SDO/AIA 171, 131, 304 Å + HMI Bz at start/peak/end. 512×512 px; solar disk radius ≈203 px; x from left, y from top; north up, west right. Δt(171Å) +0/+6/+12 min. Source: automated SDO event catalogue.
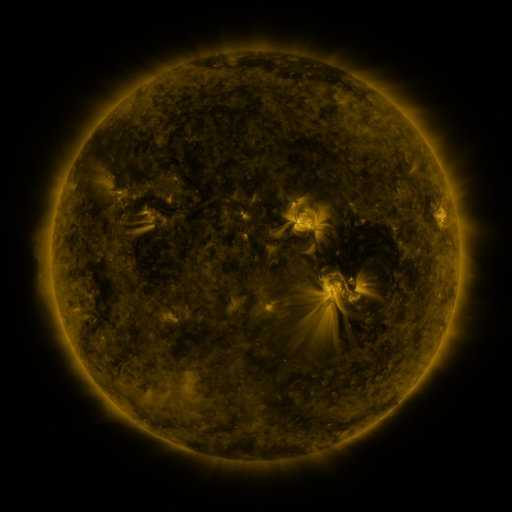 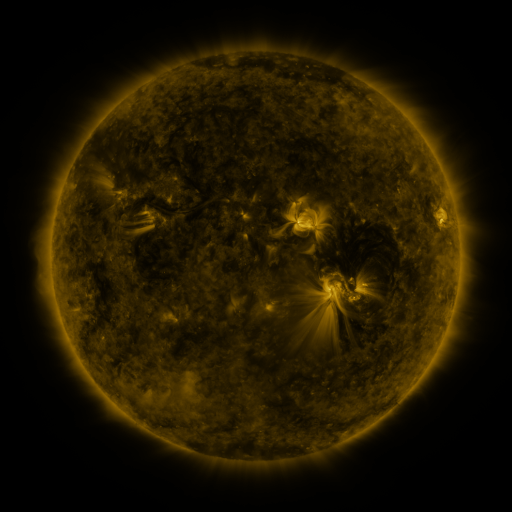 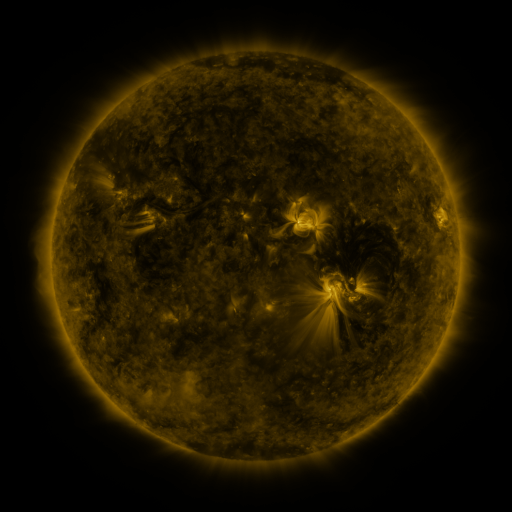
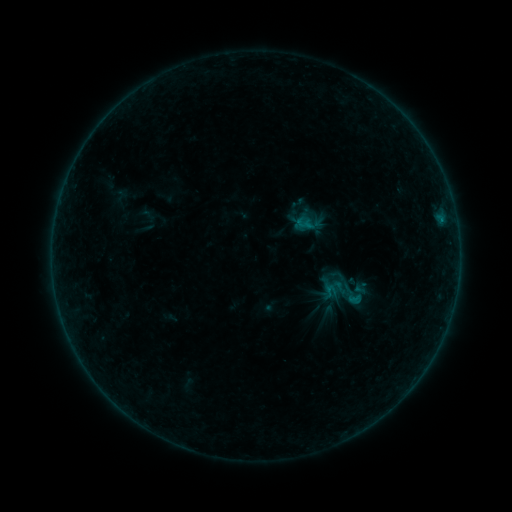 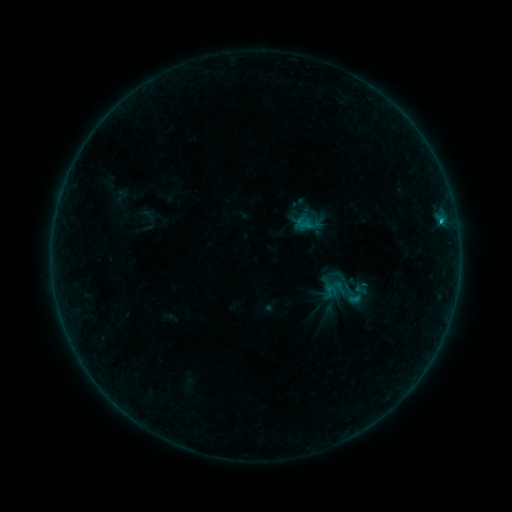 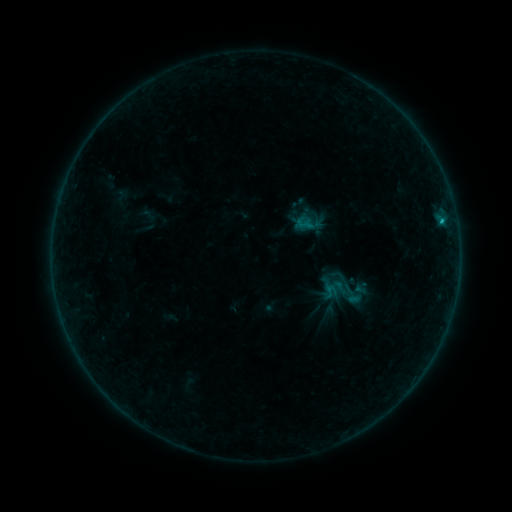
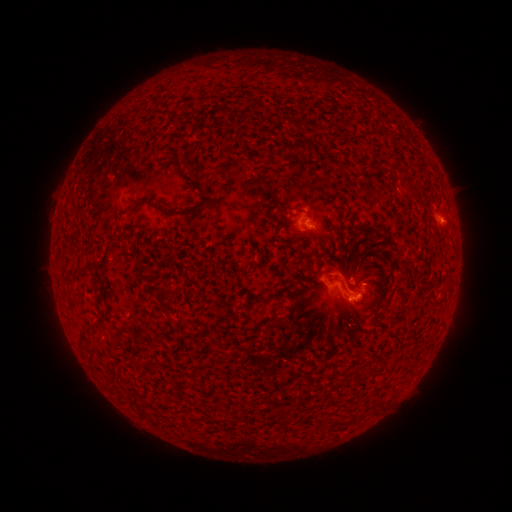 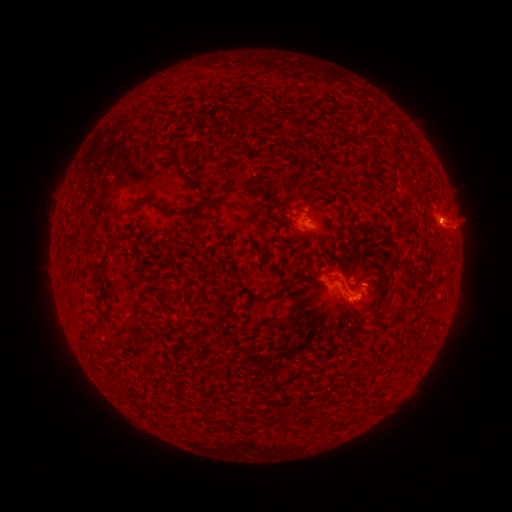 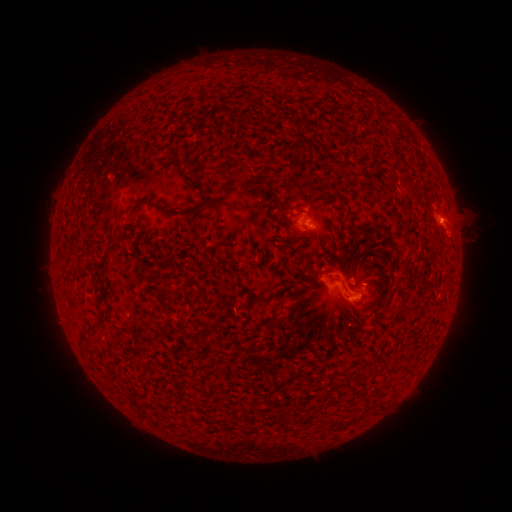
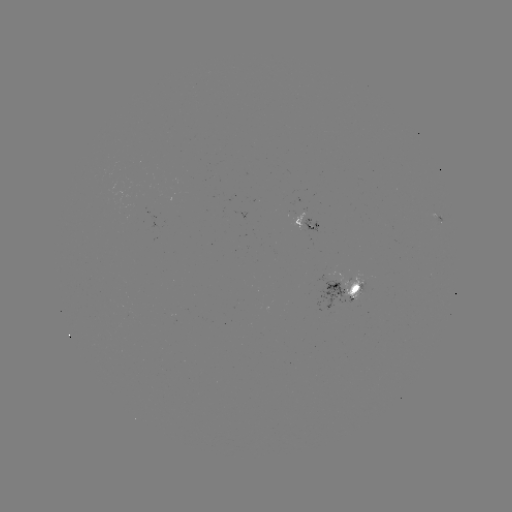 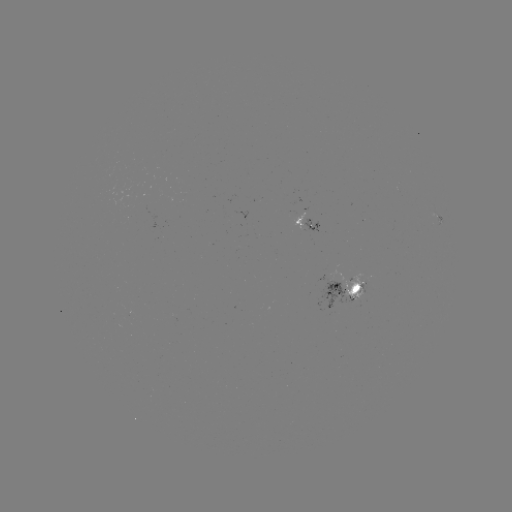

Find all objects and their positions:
B6.1 flare: (441, 222)
